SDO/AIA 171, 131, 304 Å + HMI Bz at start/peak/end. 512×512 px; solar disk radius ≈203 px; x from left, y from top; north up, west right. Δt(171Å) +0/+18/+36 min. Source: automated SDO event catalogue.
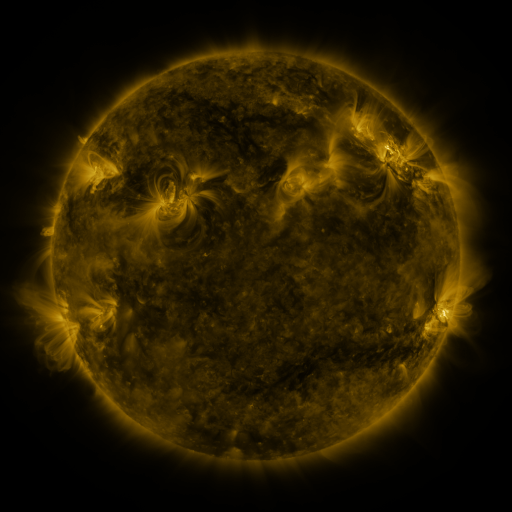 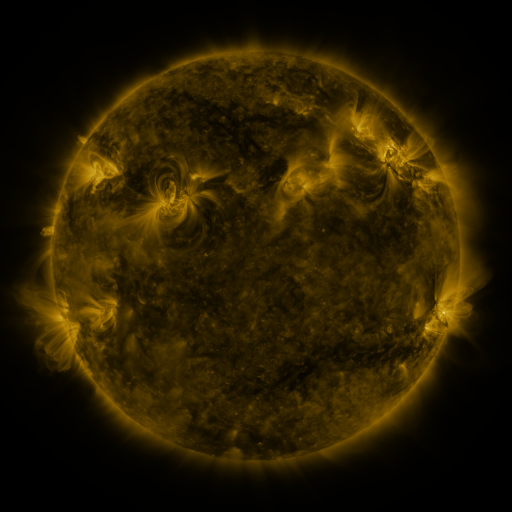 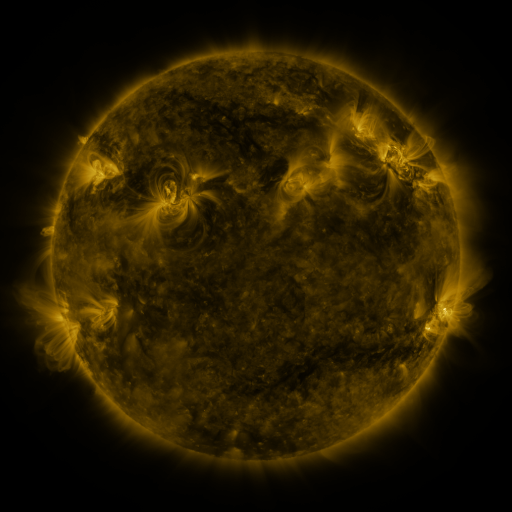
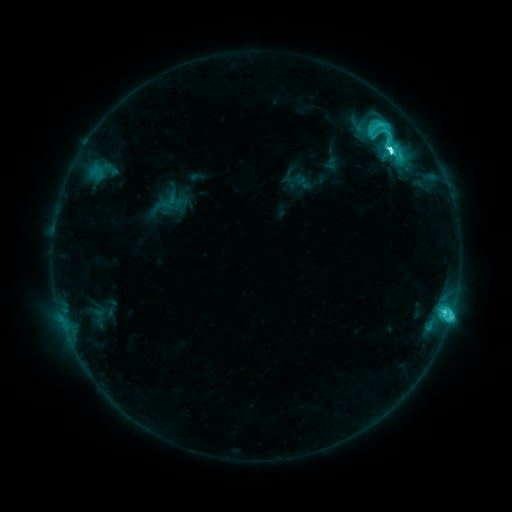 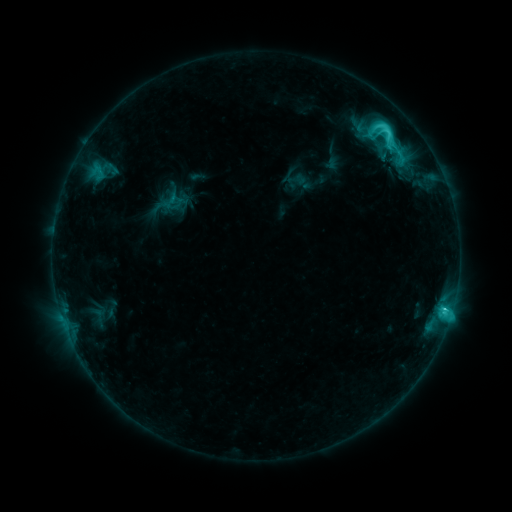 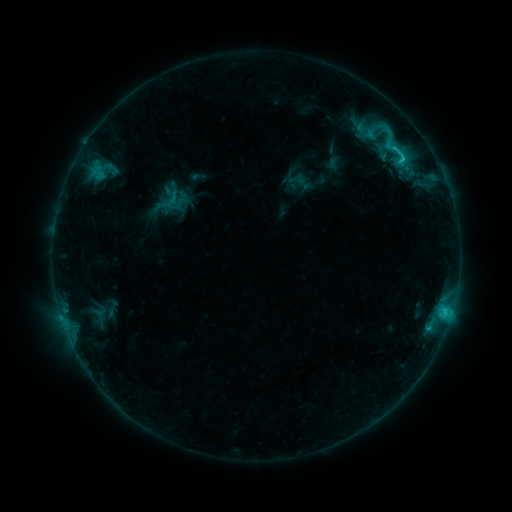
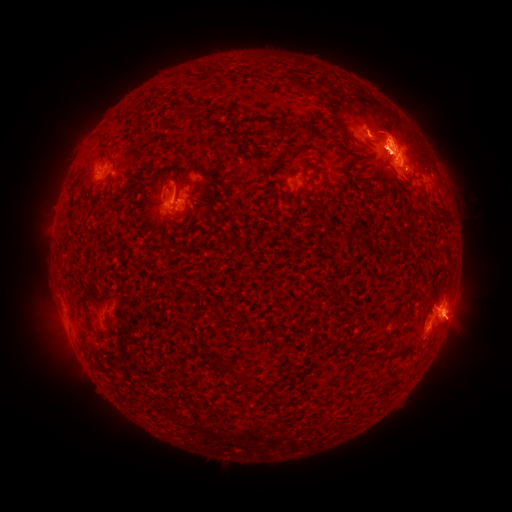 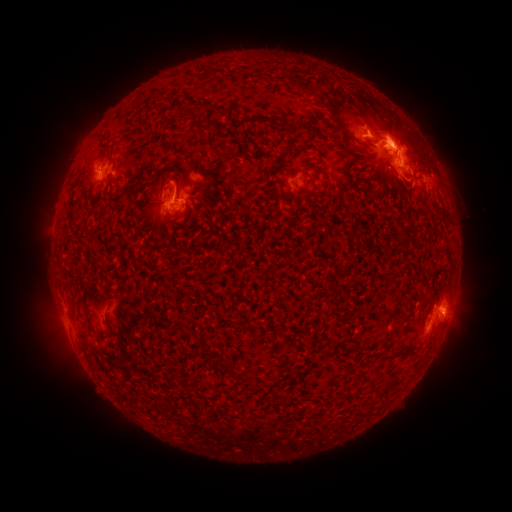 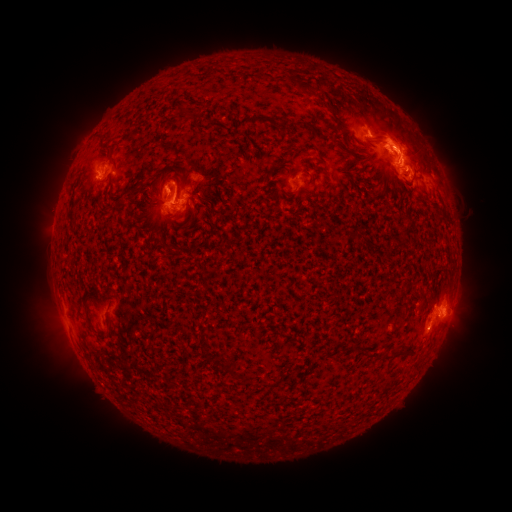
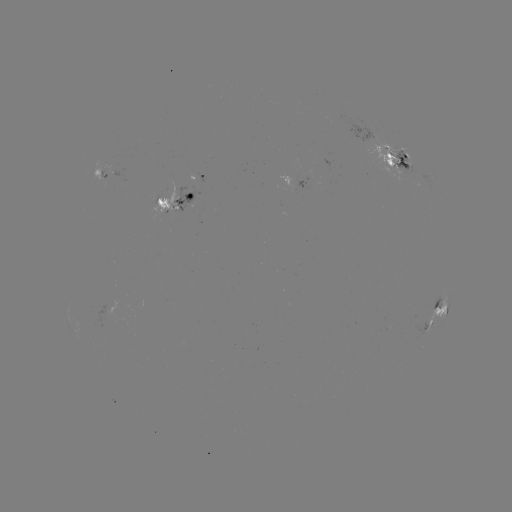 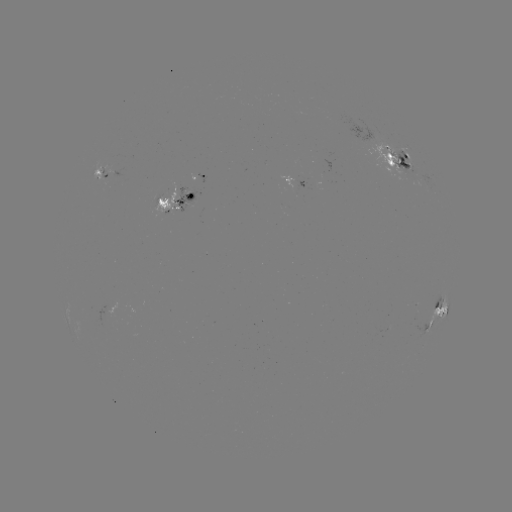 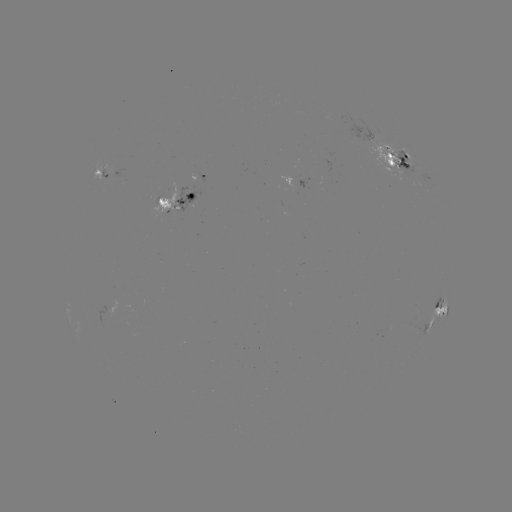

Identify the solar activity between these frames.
emerging-flux region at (103, 177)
